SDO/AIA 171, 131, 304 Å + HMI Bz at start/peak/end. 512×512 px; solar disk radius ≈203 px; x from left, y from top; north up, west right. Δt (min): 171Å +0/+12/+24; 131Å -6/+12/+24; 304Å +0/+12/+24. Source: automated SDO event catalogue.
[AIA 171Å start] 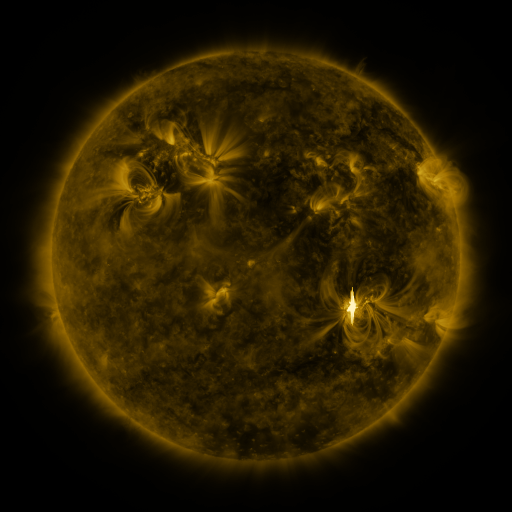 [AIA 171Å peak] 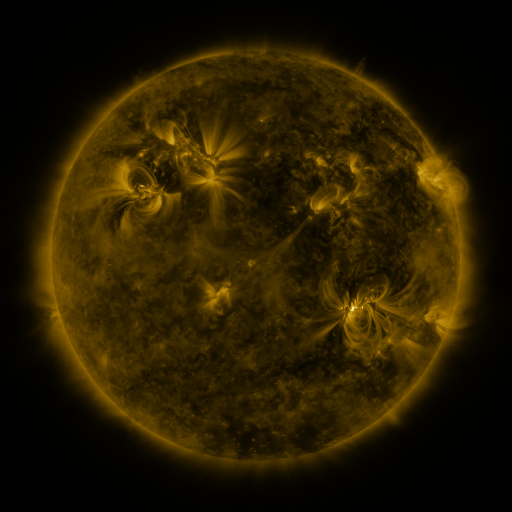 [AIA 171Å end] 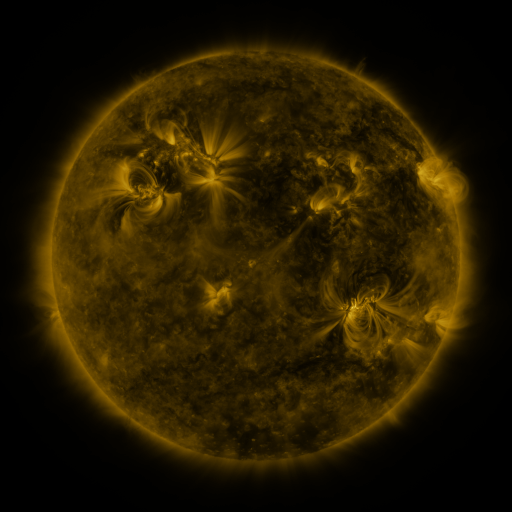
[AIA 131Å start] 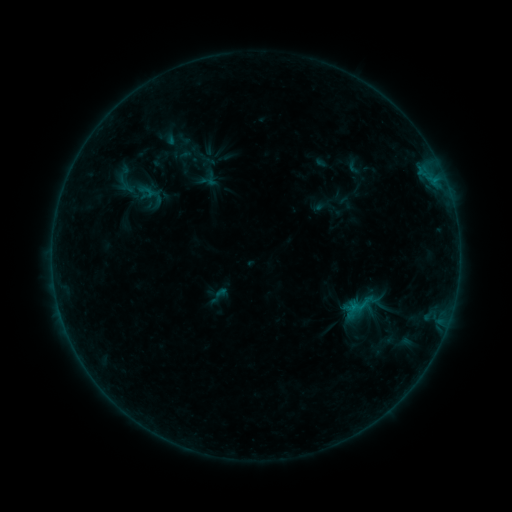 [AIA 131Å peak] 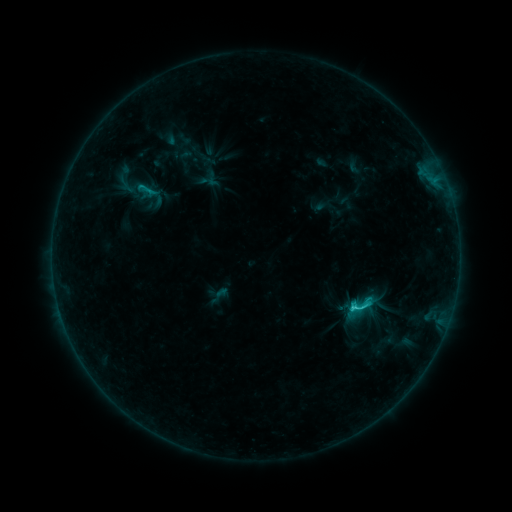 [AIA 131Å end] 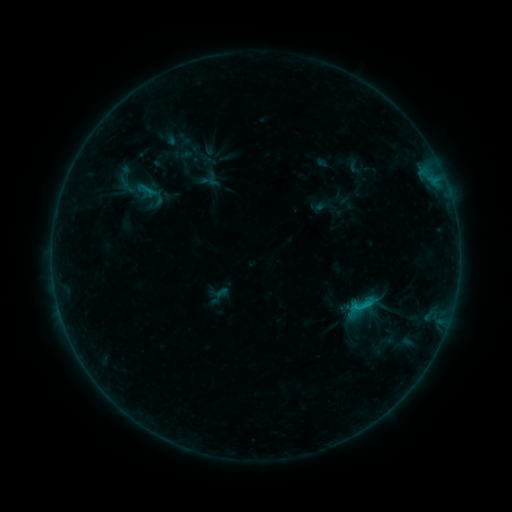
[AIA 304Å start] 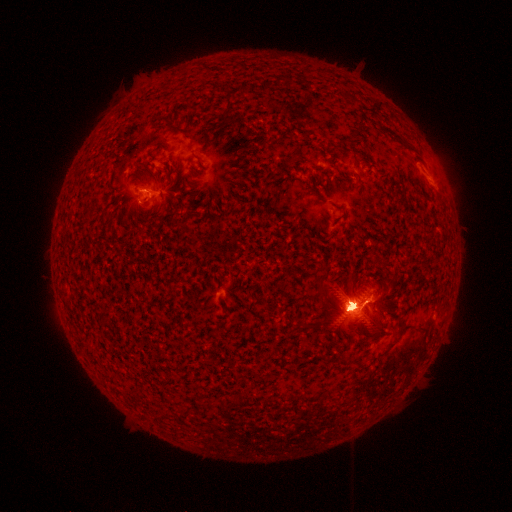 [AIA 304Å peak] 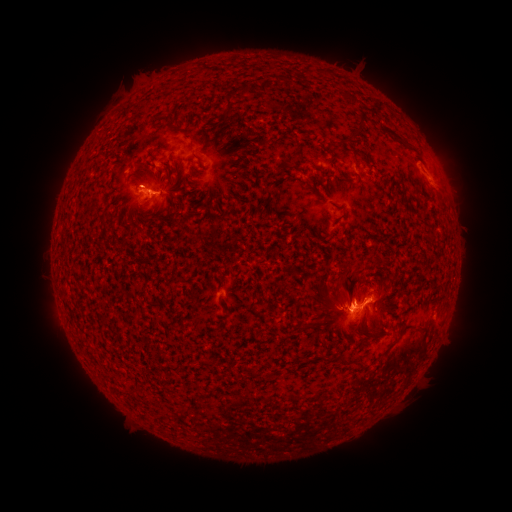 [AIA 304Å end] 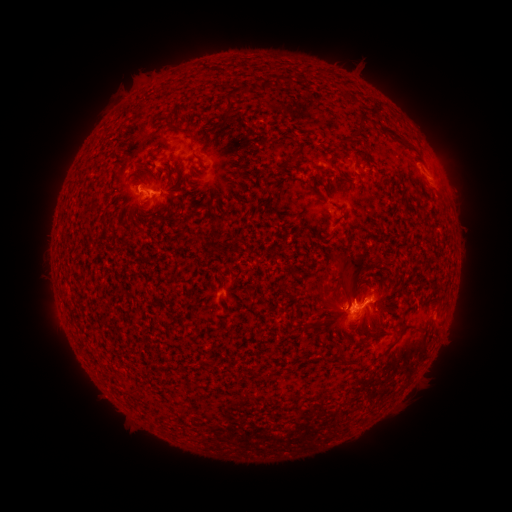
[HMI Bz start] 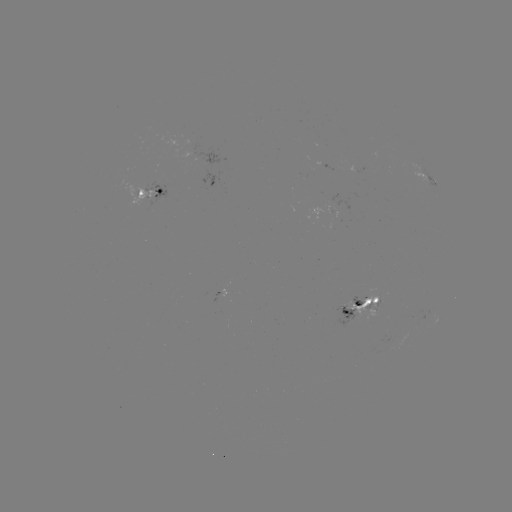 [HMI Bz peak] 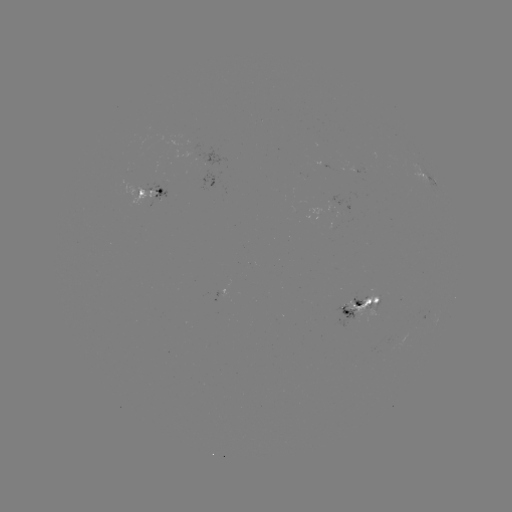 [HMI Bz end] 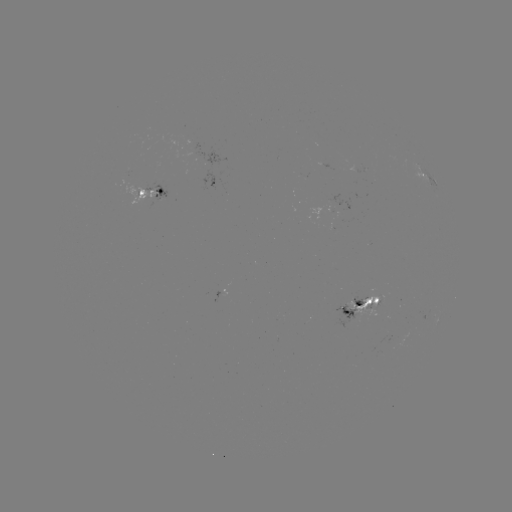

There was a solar eruption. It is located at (352, 269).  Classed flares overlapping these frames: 1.